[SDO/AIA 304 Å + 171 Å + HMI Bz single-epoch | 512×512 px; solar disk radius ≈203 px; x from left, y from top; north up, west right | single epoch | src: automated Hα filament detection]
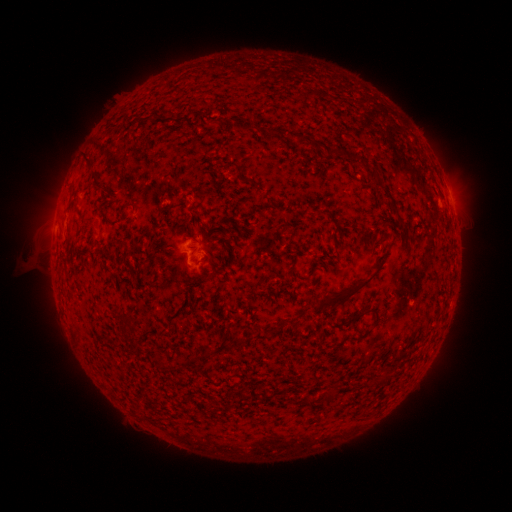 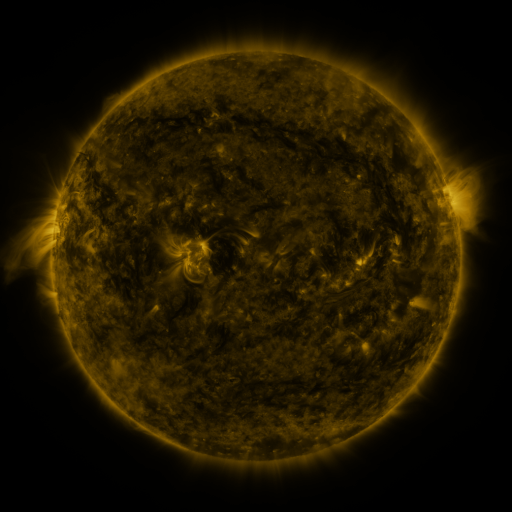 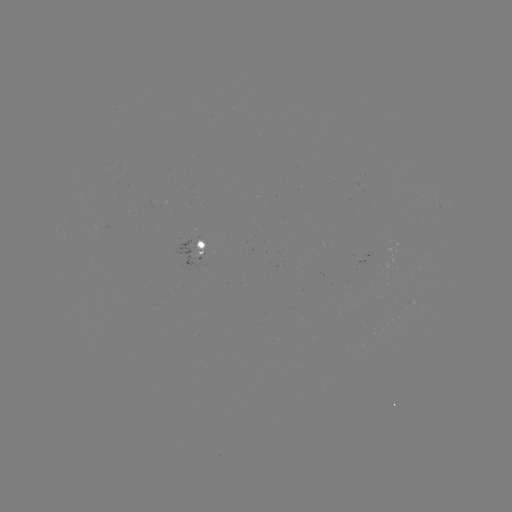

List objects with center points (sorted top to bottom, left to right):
filament: (149, 118)
filament: (217, 121)
filament: (268, 136)
filament: (89, 159)
filament: (250, 181)
filament: (132, 203)
filament: (345, 297)
filament: (355, 318)
filament: (375, 323)
filament: (238, 339)
filament: (207, 352)
filament: (157, 362)
filament: (328, 397)
